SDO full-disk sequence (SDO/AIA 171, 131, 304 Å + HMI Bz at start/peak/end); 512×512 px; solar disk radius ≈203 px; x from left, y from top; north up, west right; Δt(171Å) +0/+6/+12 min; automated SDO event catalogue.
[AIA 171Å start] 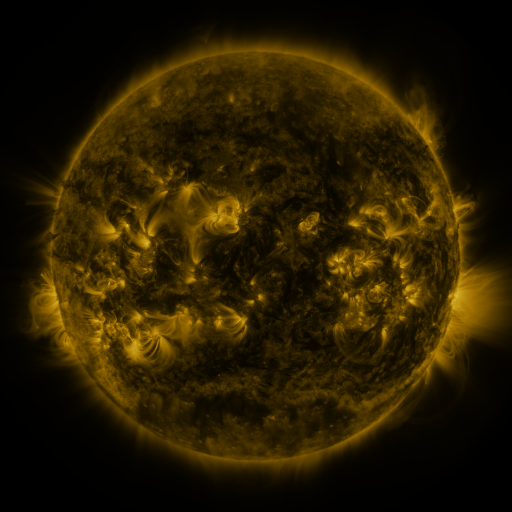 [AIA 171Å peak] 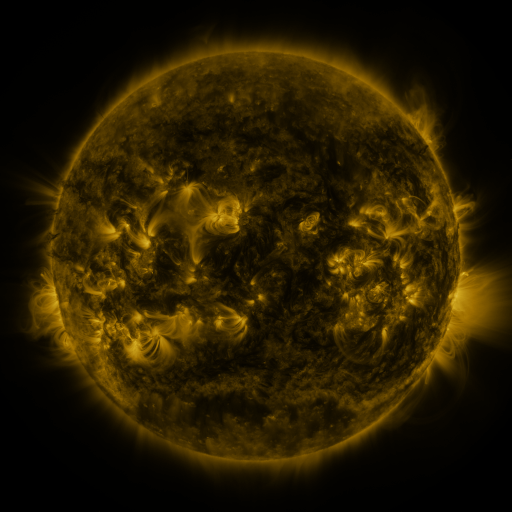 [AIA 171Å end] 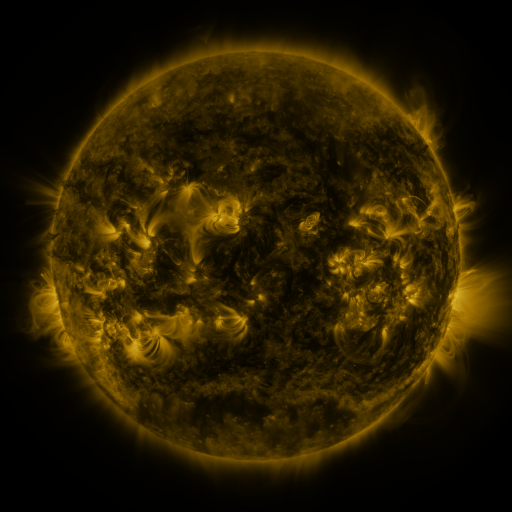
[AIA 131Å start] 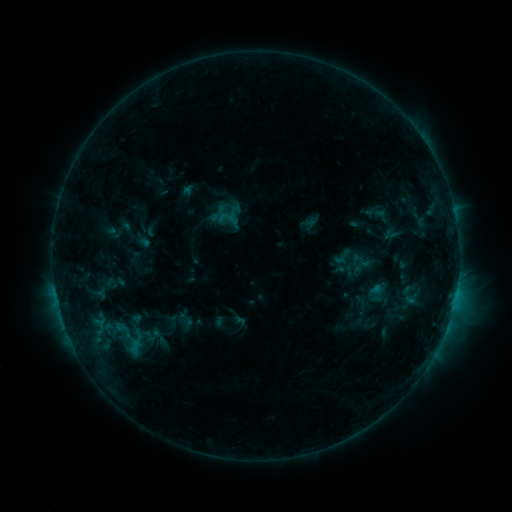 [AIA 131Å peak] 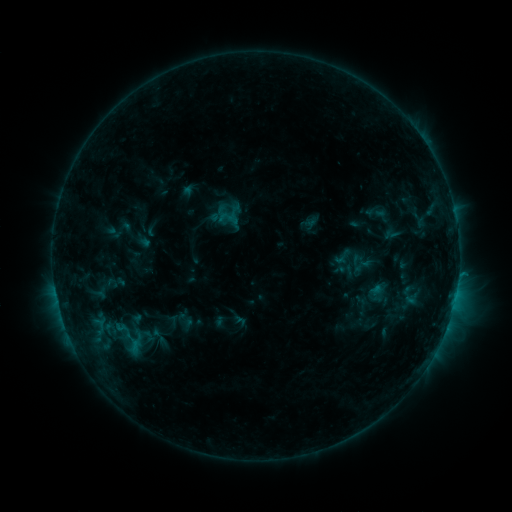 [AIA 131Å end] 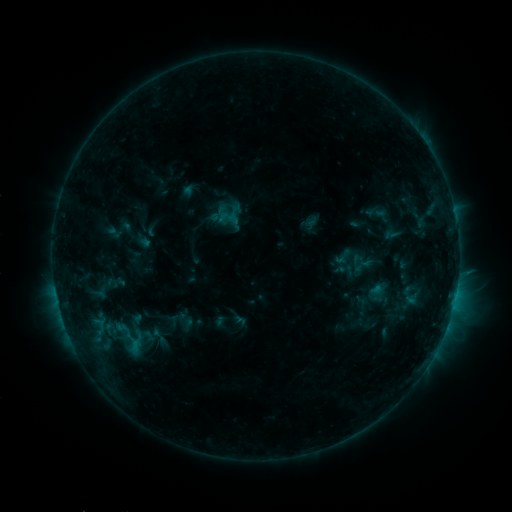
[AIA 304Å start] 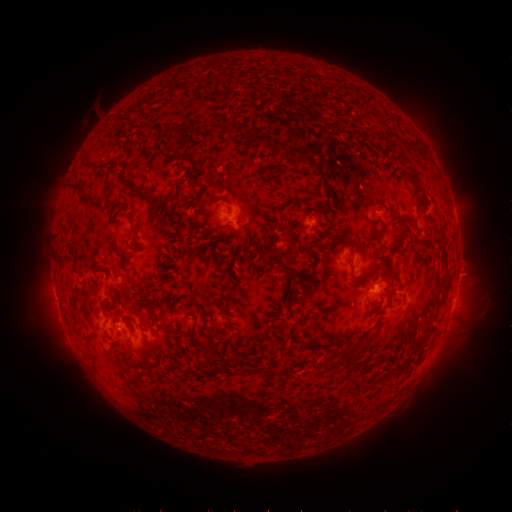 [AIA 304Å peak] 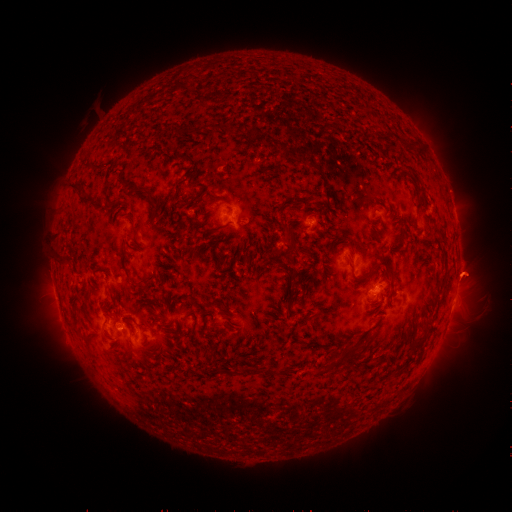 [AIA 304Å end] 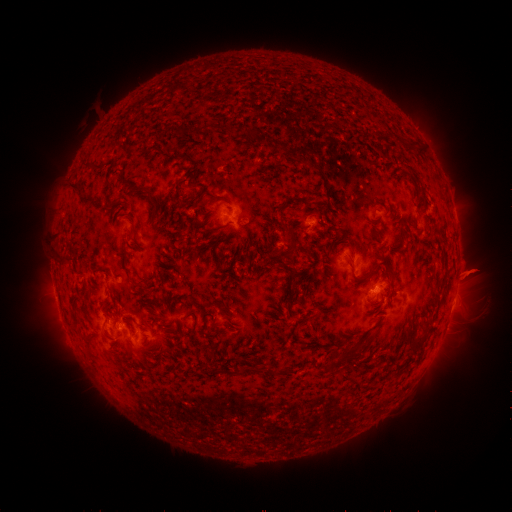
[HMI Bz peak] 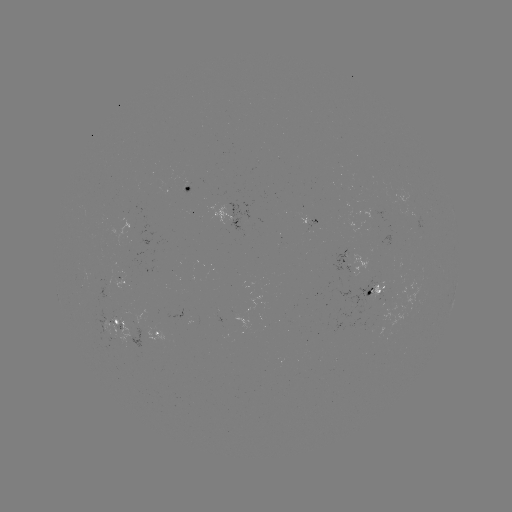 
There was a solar eruption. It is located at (470, 270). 